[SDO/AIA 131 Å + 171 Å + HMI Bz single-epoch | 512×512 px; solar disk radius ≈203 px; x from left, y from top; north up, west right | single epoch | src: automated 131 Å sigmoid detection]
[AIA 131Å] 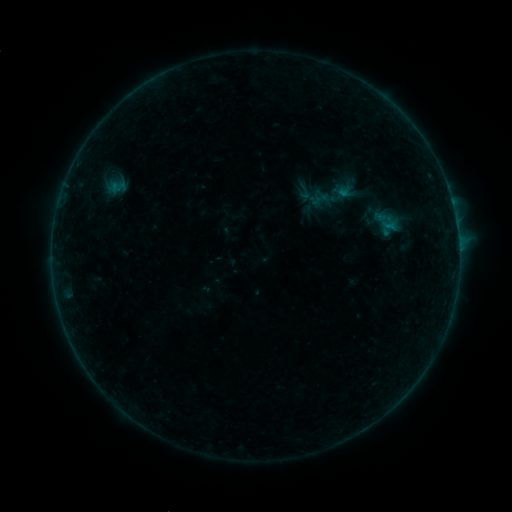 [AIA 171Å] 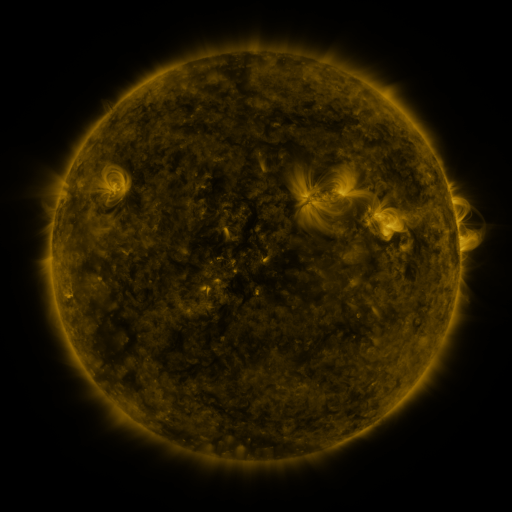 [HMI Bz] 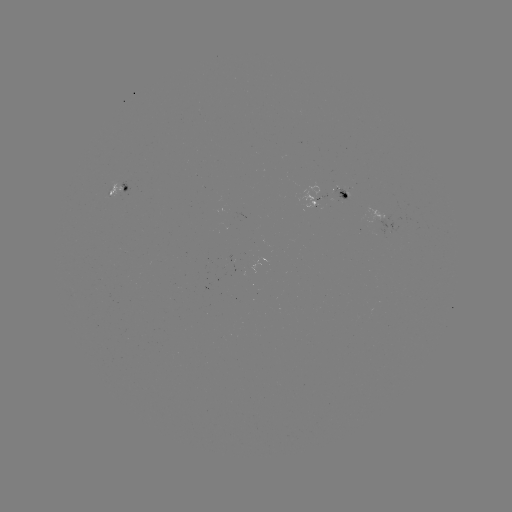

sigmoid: [307, 175, 353, 217]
